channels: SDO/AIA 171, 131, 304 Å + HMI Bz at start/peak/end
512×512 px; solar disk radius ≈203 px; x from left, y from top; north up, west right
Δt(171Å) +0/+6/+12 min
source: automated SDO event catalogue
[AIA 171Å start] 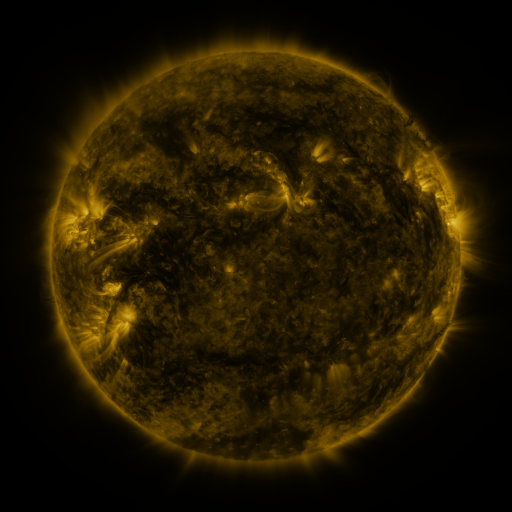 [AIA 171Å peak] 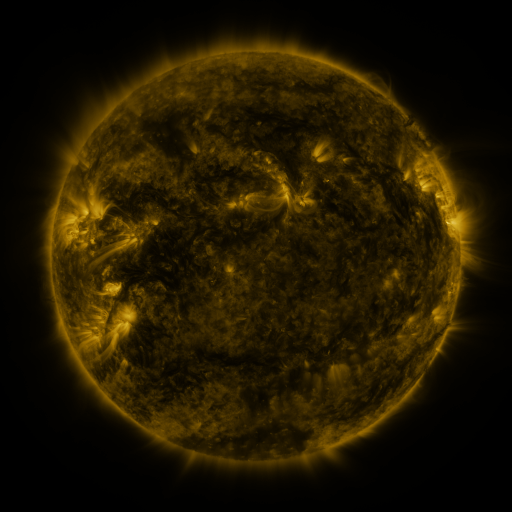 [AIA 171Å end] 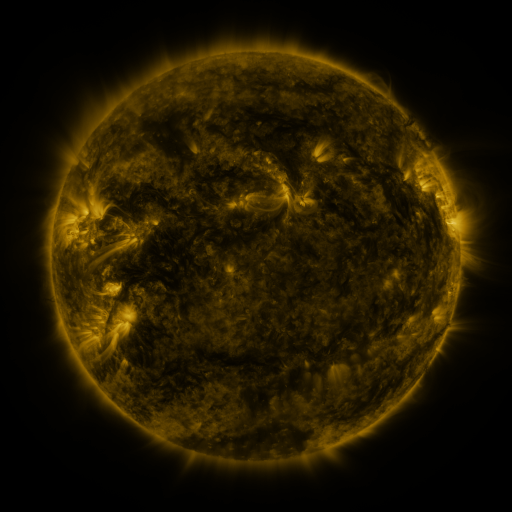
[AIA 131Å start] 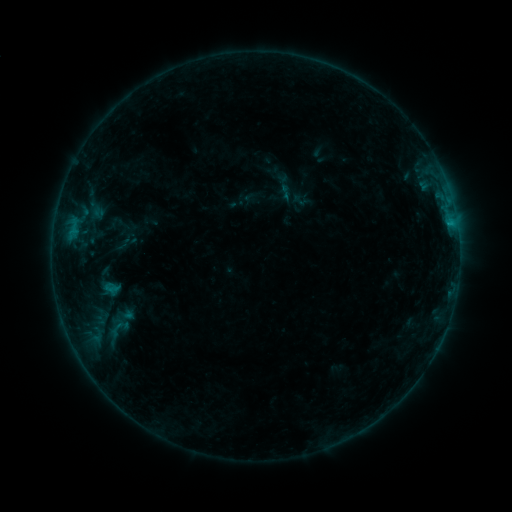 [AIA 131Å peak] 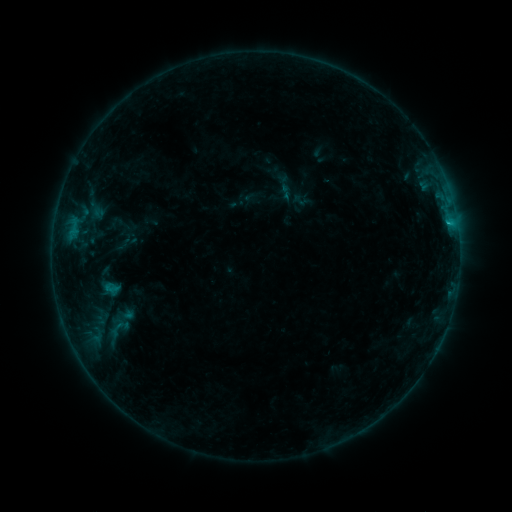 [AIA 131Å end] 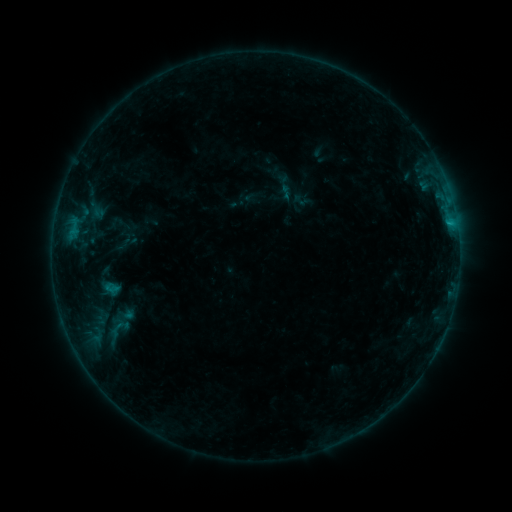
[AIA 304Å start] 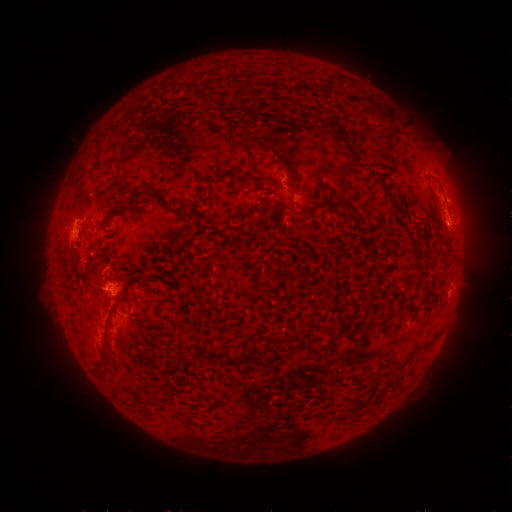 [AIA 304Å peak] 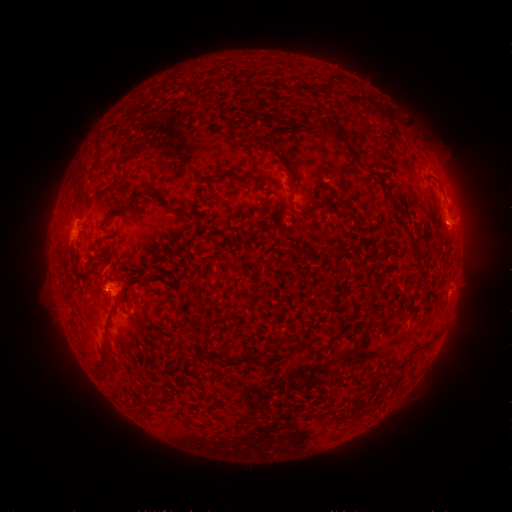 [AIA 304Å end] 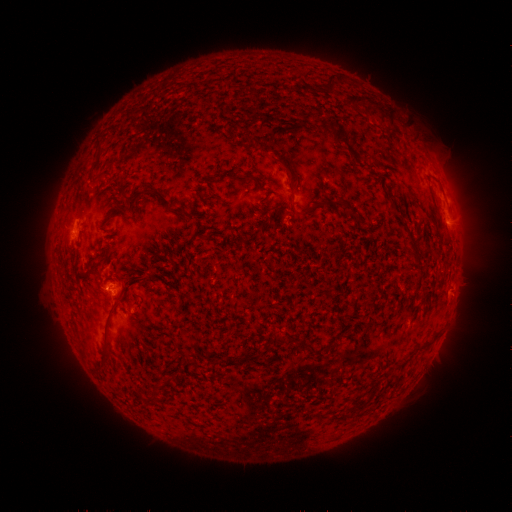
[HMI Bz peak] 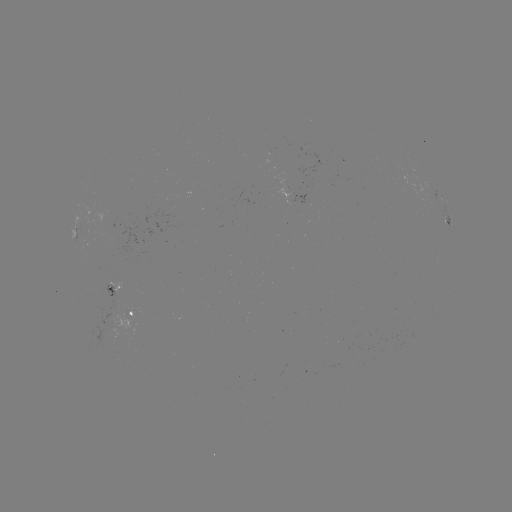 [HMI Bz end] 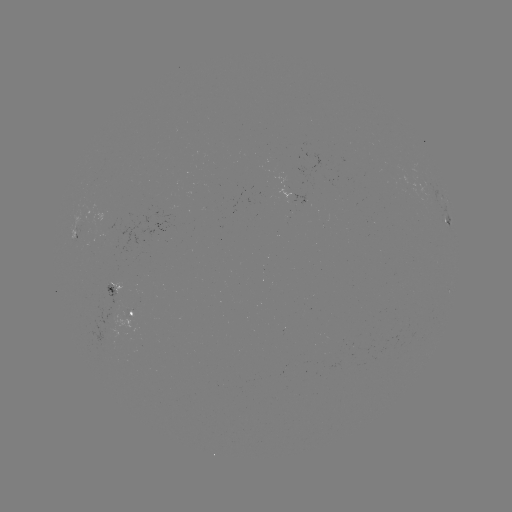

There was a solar flare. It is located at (448, 225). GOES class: B4.9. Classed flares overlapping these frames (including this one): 1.